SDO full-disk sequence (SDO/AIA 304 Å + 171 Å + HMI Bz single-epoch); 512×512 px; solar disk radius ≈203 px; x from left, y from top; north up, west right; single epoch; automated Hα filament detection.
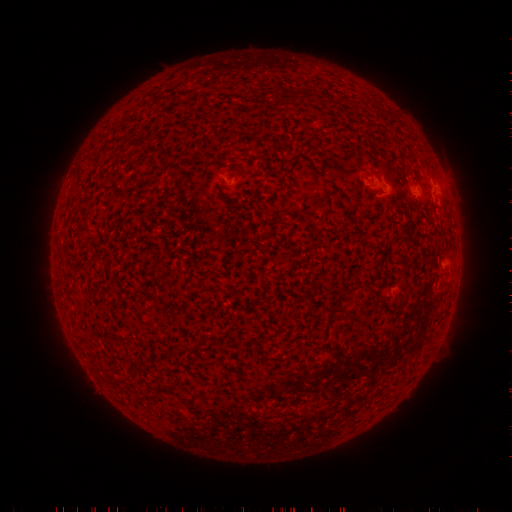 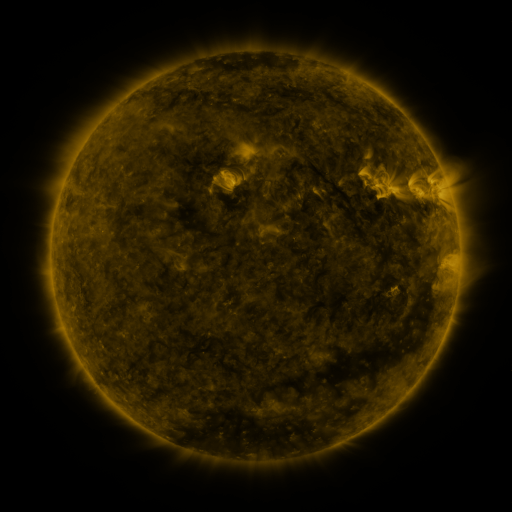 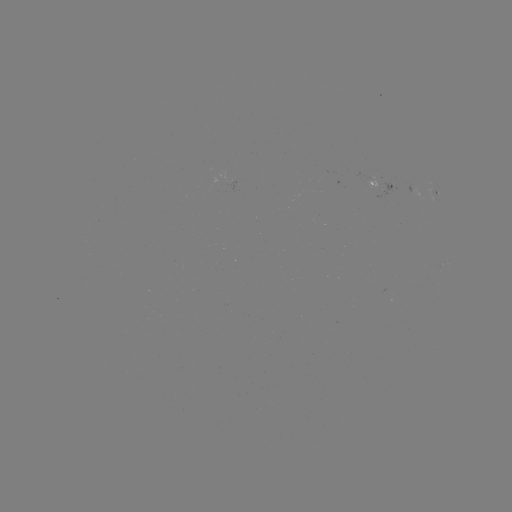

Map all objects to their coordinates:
filament: [319, 305, 331, 315]
filament: [344, 313, 363, 328]
